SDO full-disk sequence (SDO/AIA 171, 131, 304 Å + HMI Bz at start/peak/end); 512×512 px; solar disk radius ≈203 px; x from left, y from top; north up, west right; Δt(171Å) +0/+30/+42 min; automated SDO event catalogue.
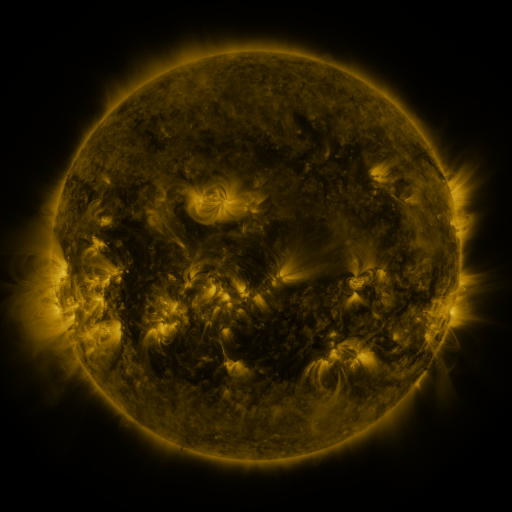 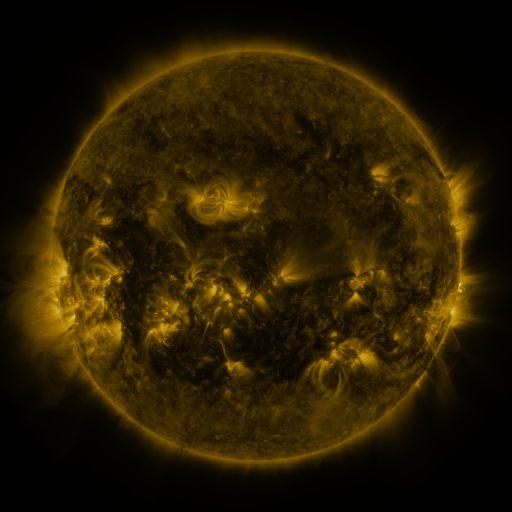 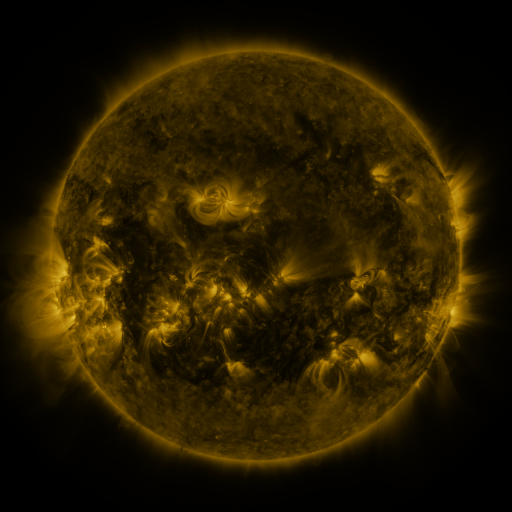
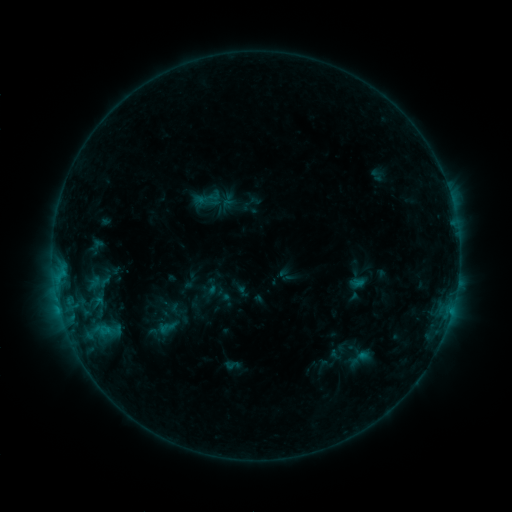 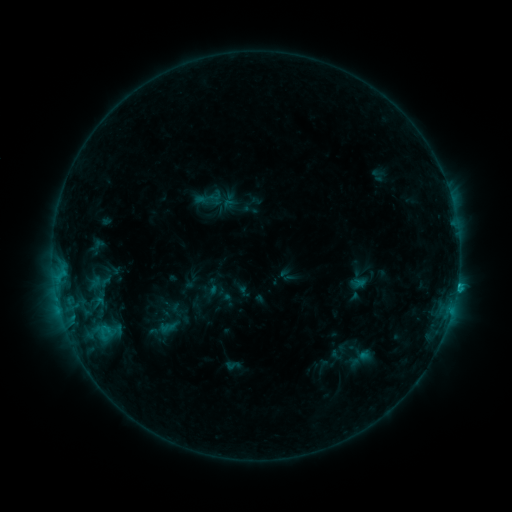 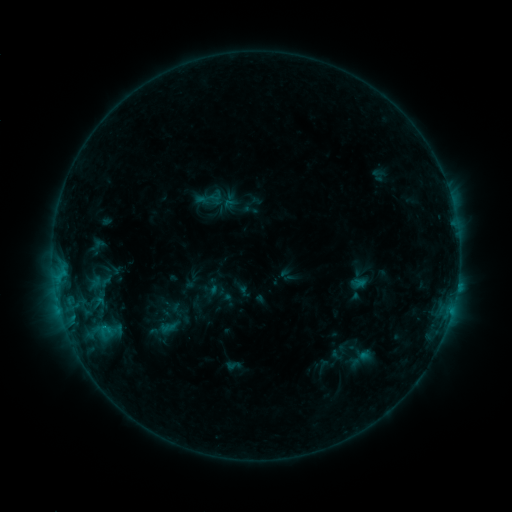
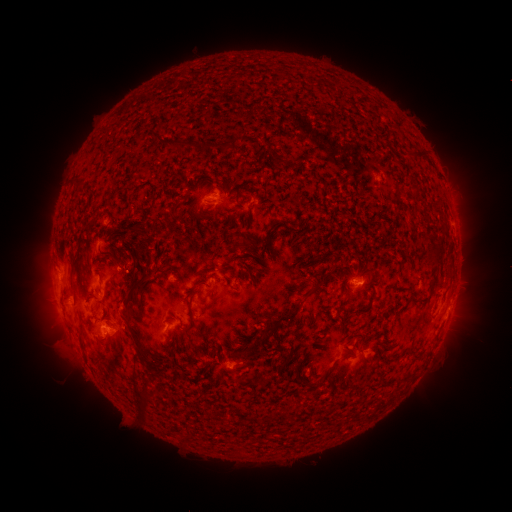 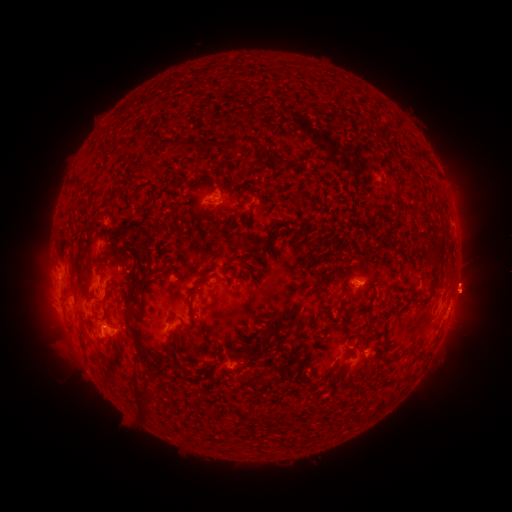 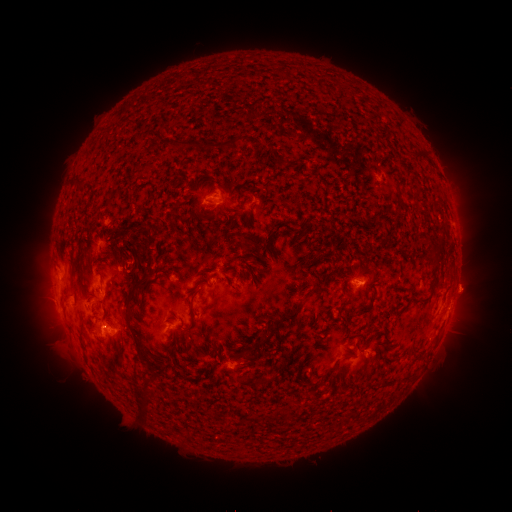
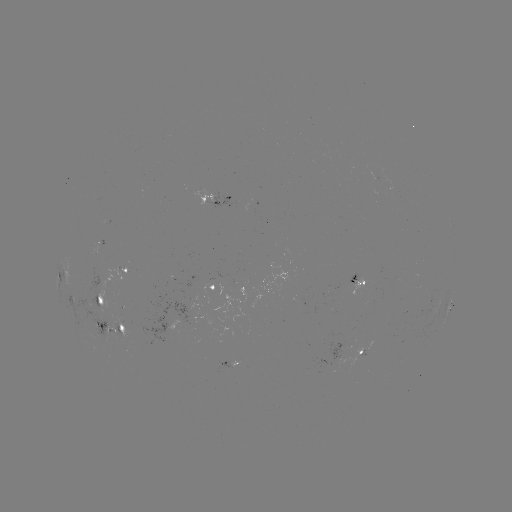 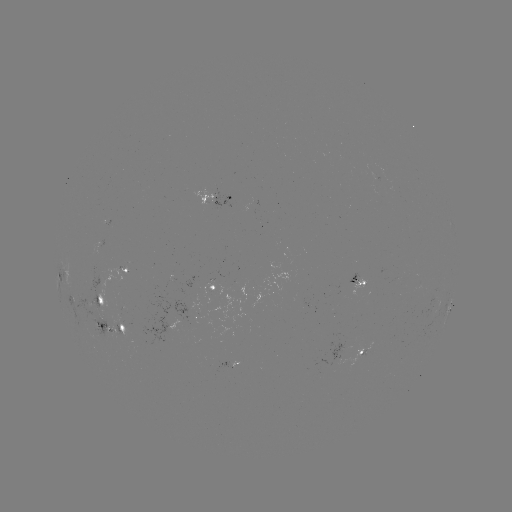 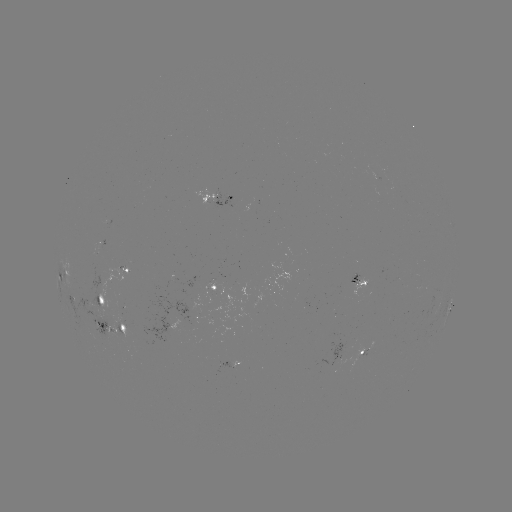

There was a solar flare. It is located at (457, 283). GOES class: C1.3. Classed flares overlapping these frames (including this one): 1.